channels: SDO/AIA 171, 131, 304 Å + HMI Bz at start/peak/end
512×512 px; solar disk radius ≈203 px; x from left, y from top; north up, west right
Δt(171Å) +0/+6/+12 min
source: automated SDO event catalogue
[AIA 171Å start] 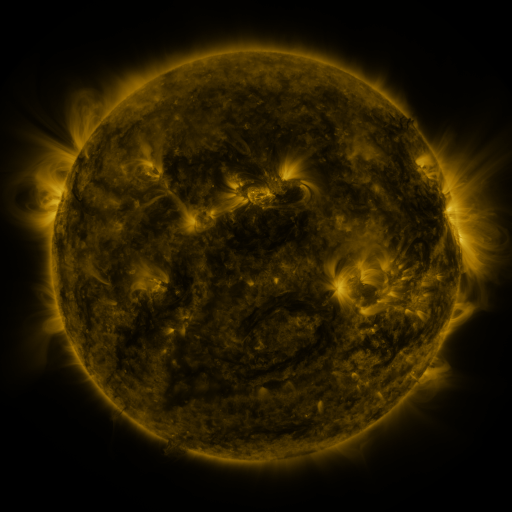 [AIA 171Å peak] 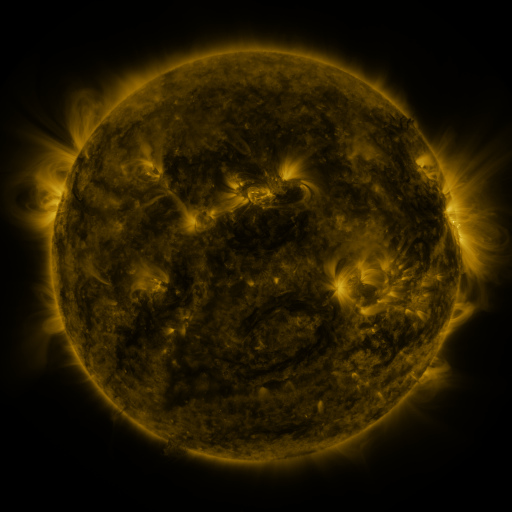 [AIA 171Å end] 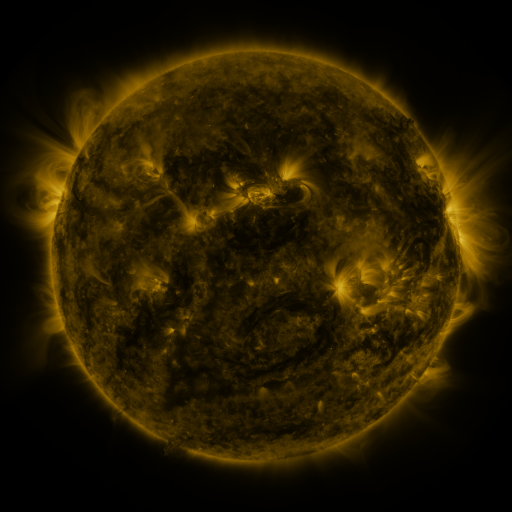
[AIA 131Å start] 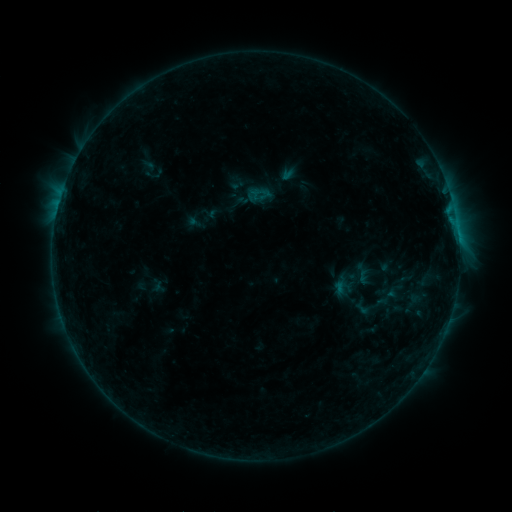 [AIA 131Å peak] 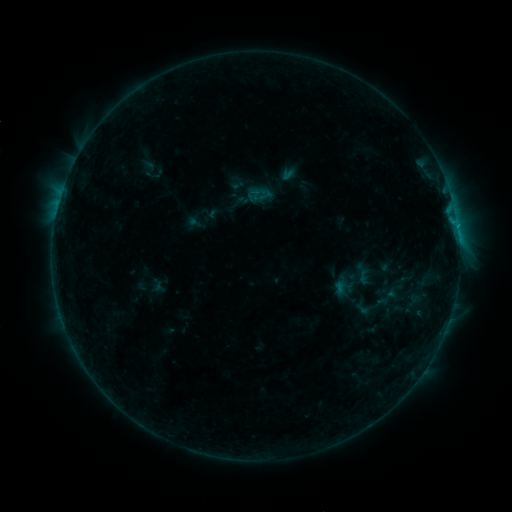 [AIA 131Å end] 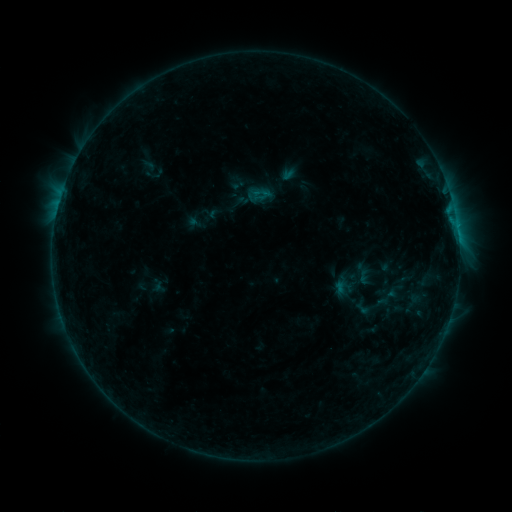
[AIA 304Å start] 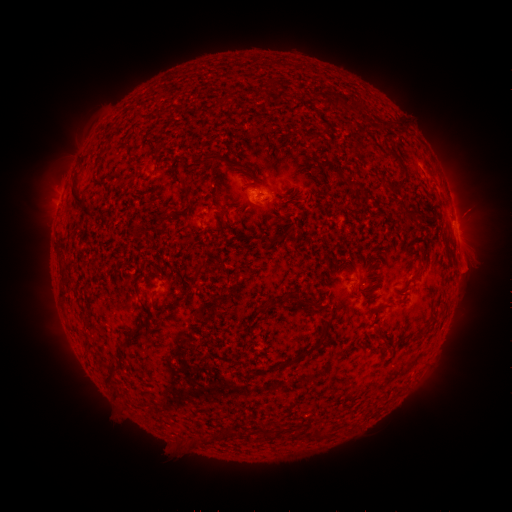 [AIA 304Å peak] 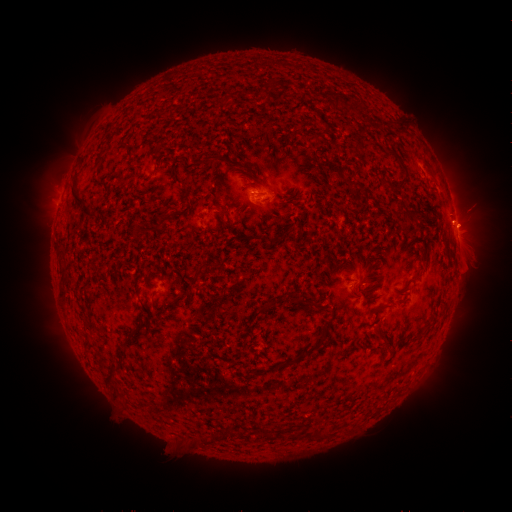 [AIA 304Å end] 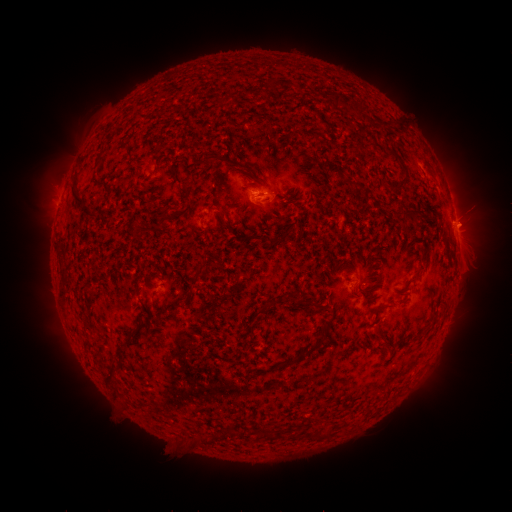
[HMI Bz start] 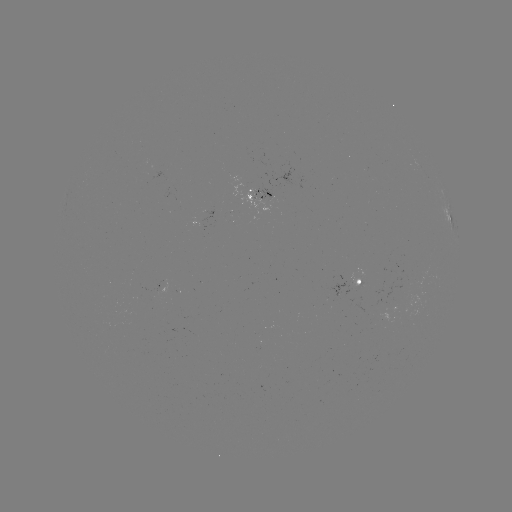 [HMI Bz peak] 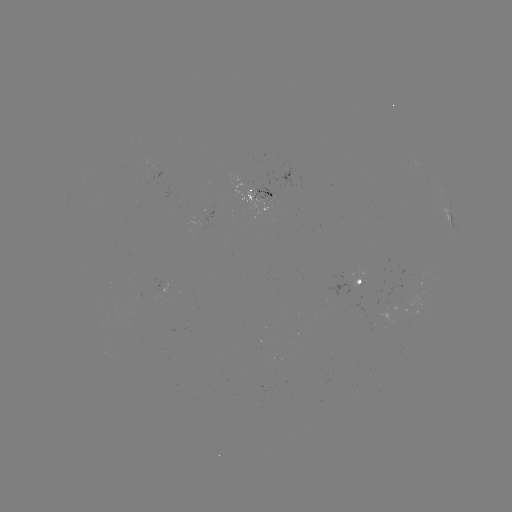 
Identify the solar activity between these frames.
B3.6 flare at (457, 227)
